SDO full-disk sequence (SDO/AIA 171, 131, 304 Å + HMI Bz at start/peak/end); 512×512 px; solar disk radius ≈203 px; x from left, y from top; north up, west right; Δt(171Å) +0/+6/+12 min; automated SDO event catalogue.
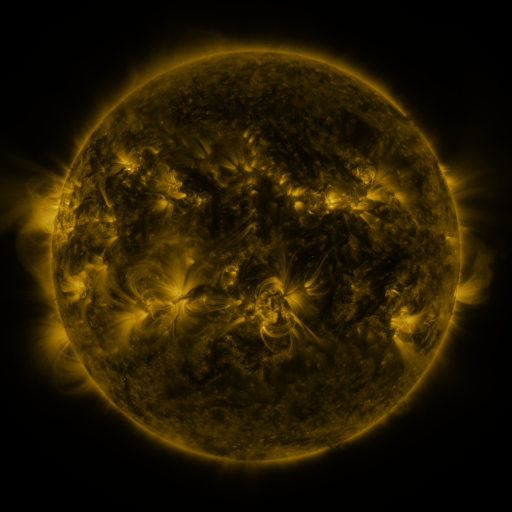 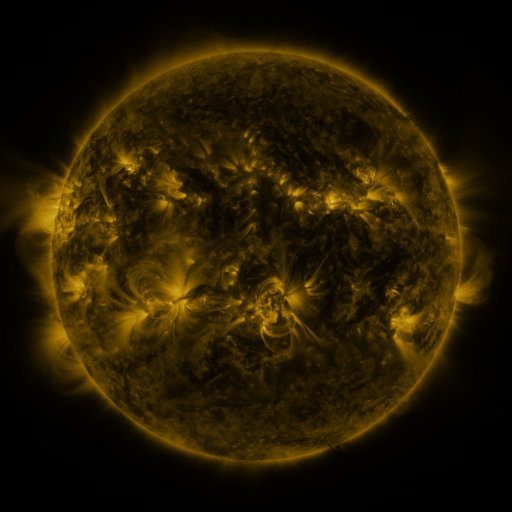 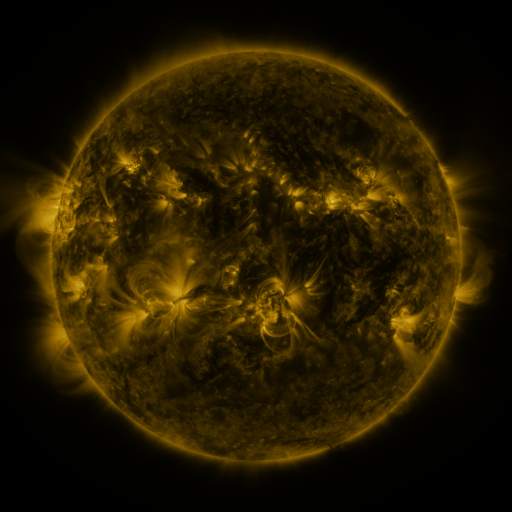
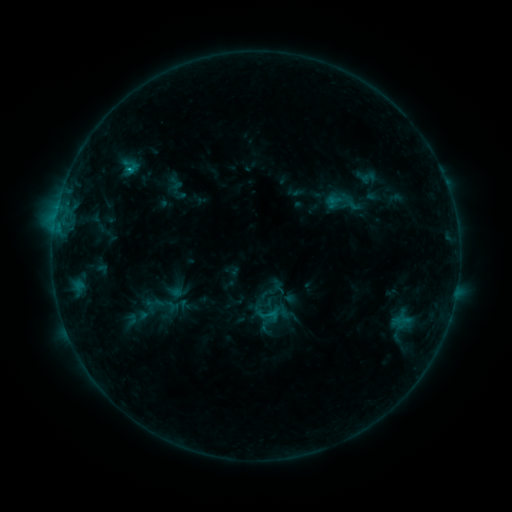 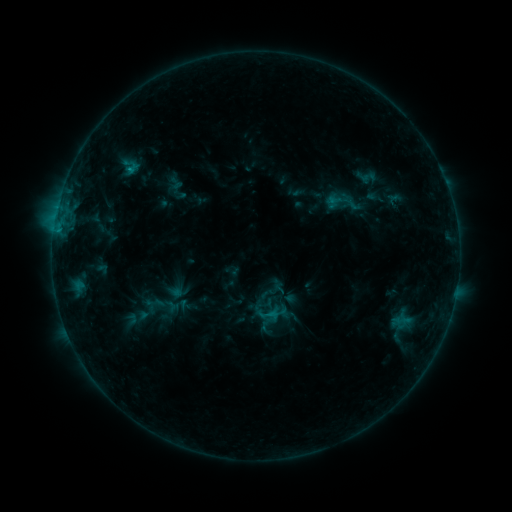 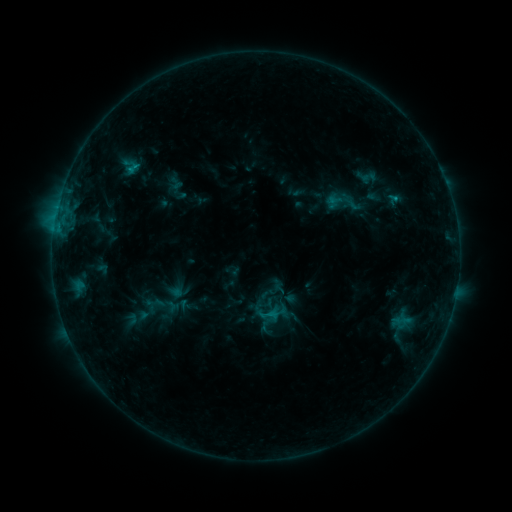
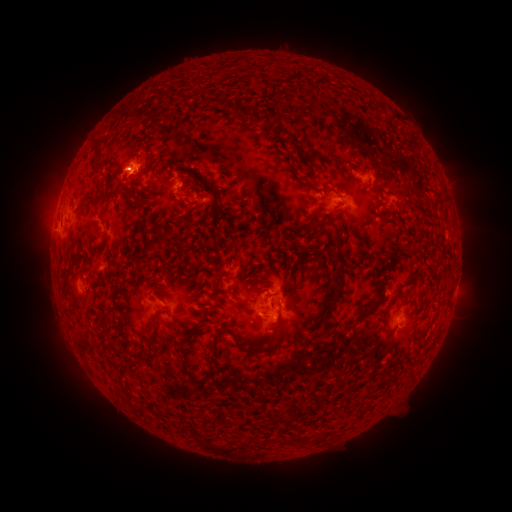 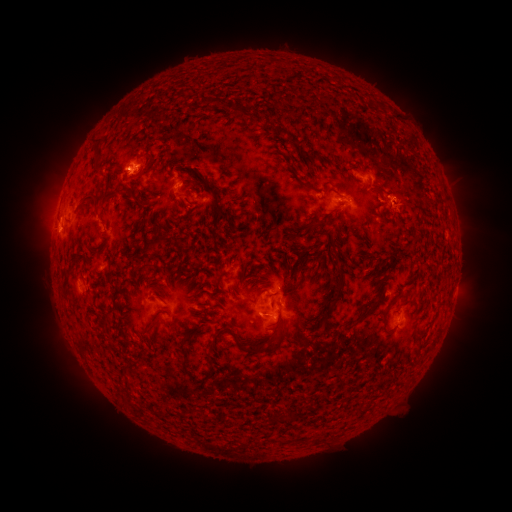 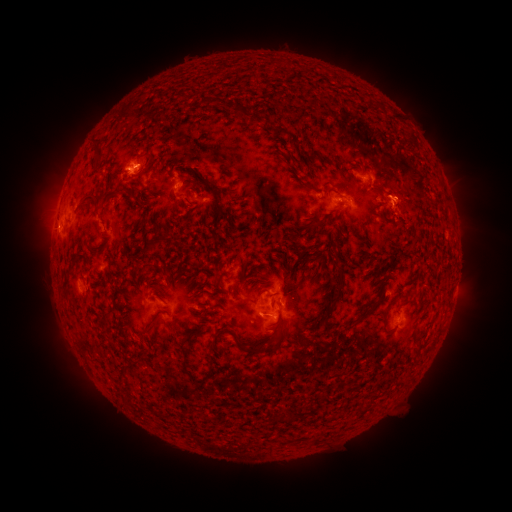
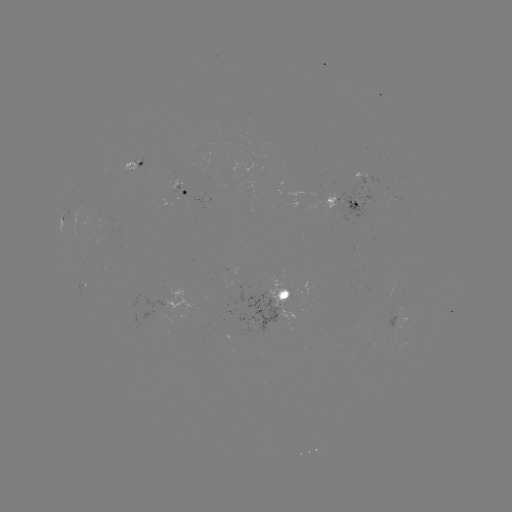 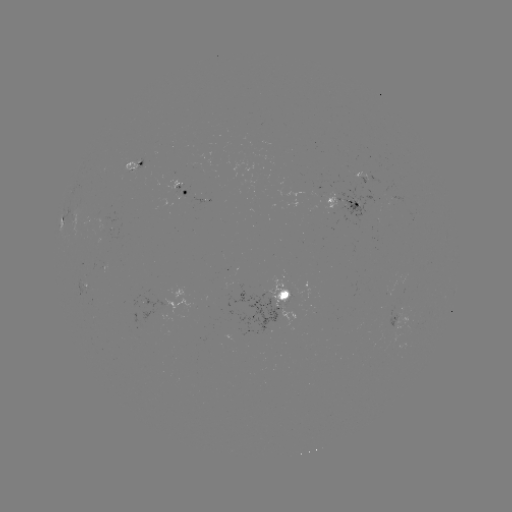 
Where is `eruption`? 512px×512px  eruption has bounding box [384, 182, 433, 239].